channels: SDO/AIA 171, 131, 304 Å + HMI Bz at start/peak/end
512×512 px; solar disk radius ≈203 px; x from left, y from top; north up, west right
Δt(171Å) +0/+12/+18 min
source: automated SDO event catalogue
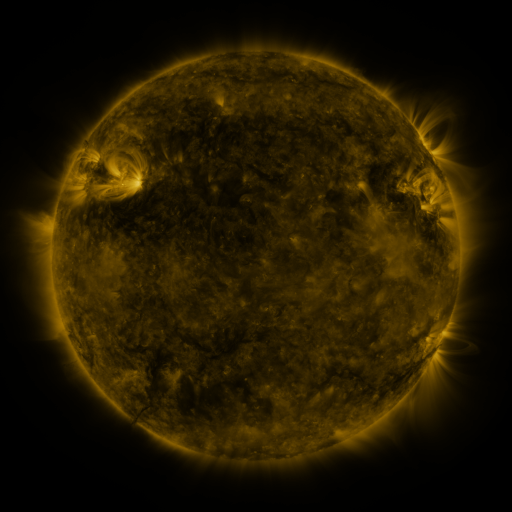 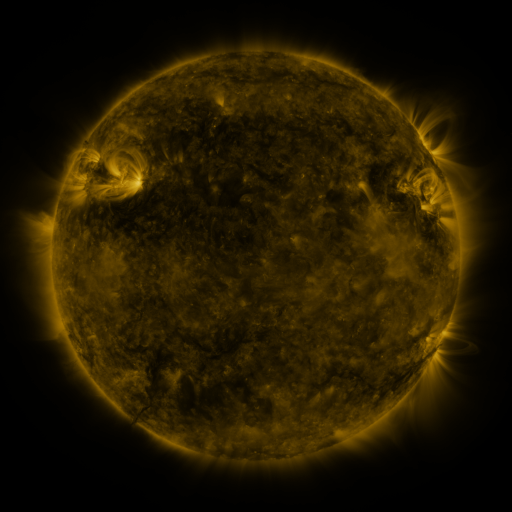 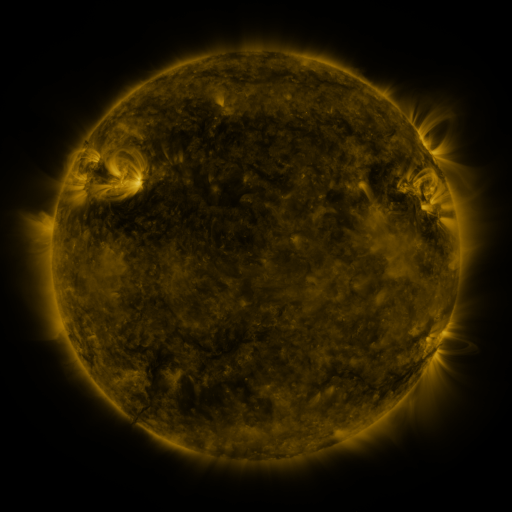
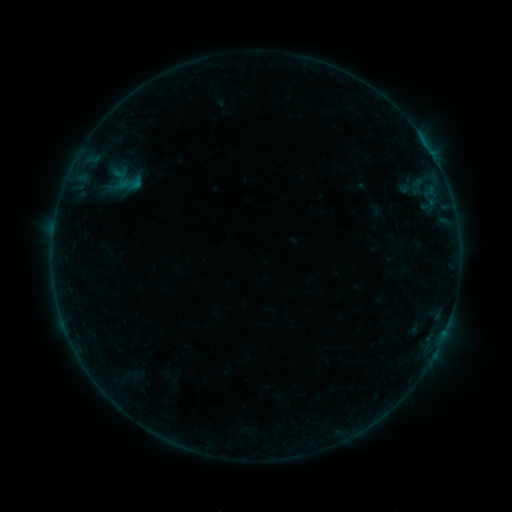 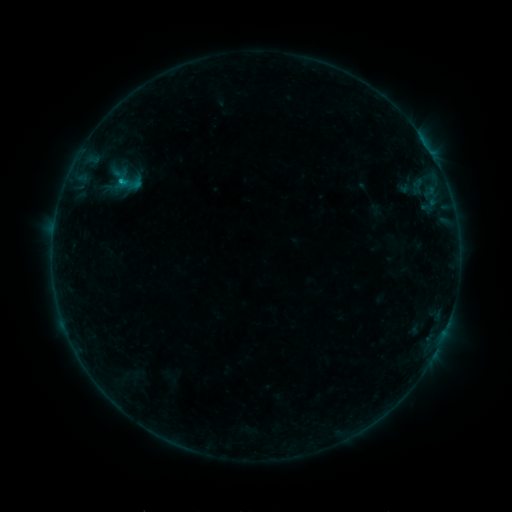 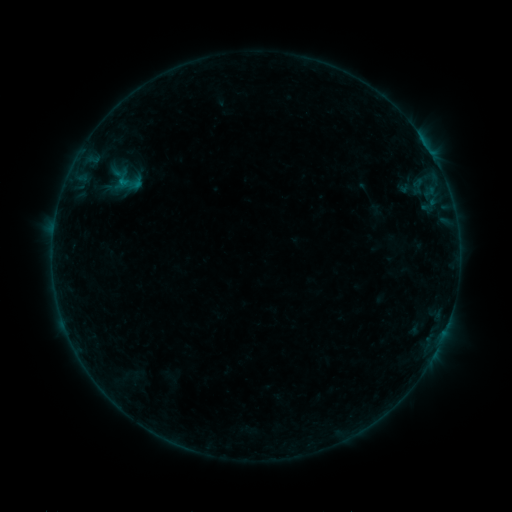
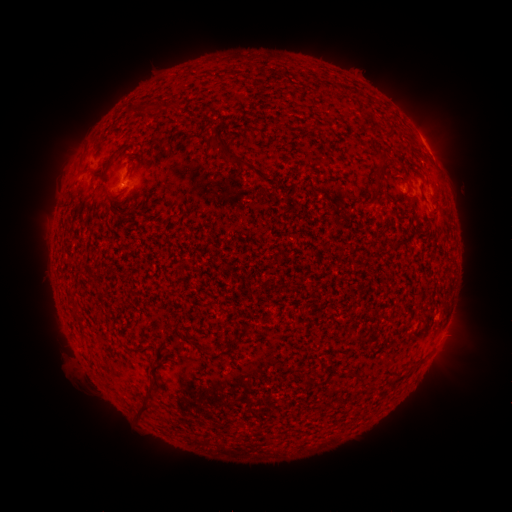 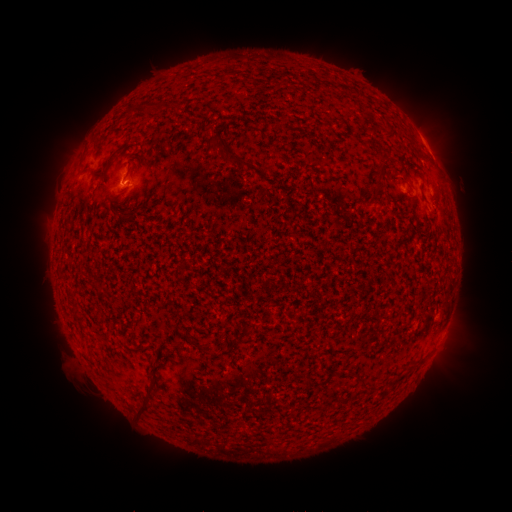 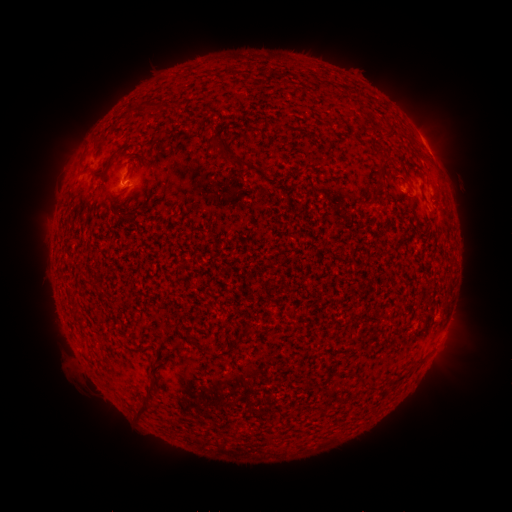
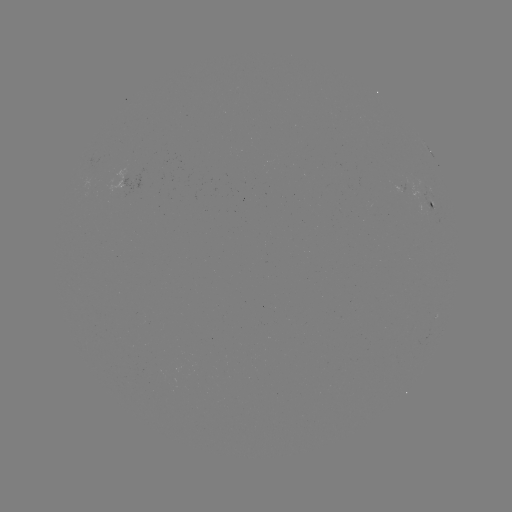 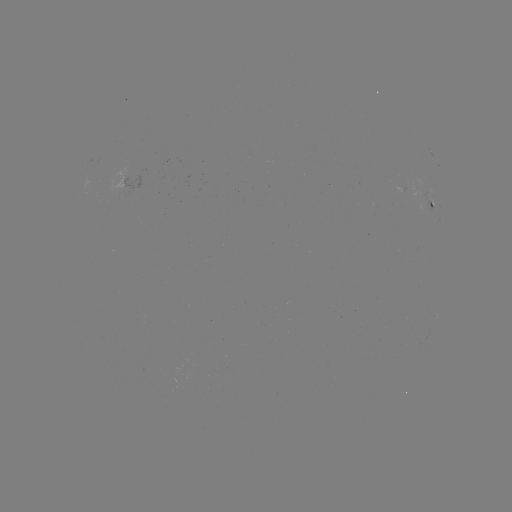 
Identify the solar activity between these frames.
B5.0 flare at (122, 184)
